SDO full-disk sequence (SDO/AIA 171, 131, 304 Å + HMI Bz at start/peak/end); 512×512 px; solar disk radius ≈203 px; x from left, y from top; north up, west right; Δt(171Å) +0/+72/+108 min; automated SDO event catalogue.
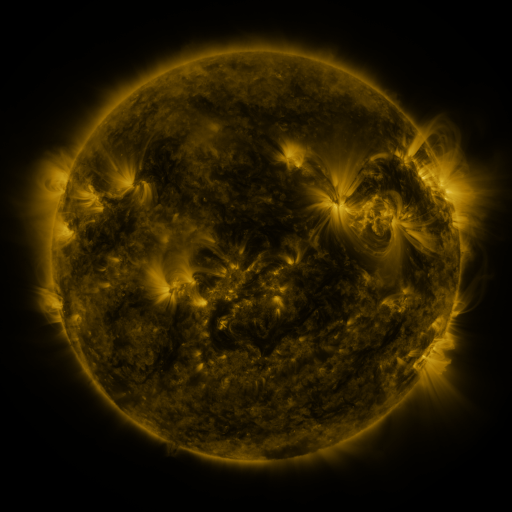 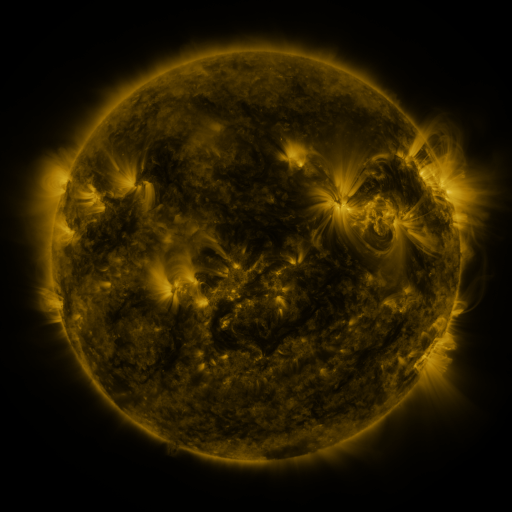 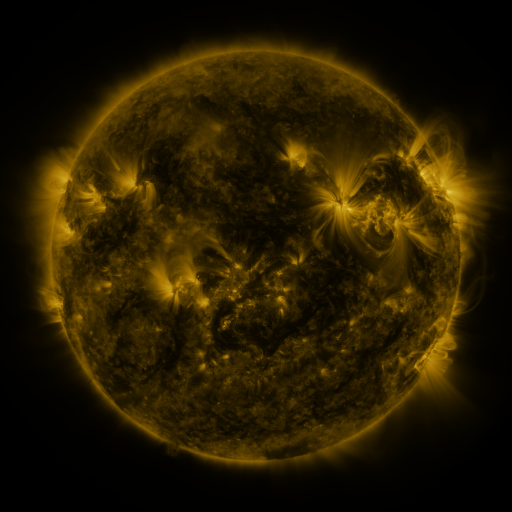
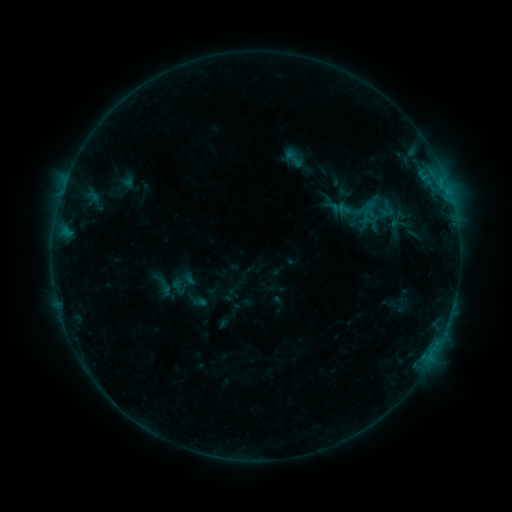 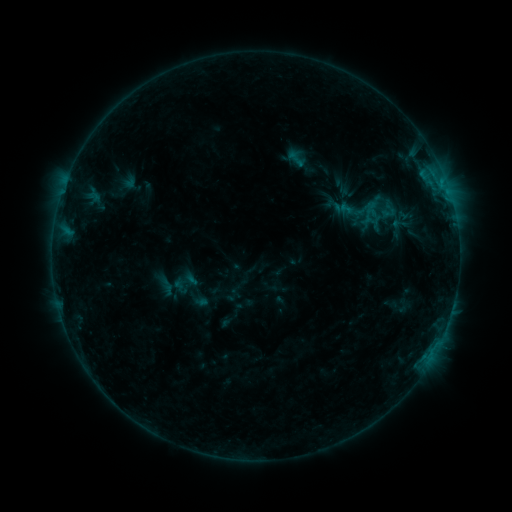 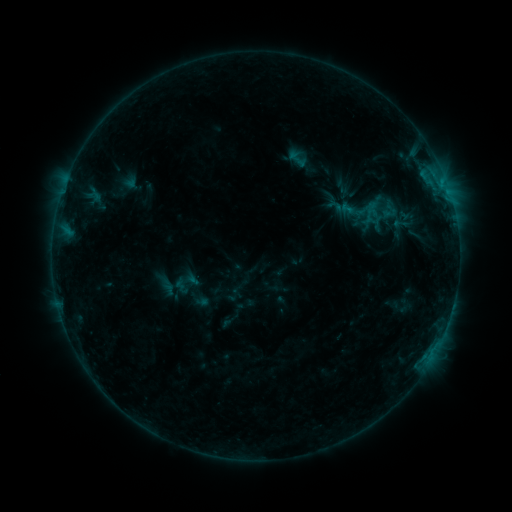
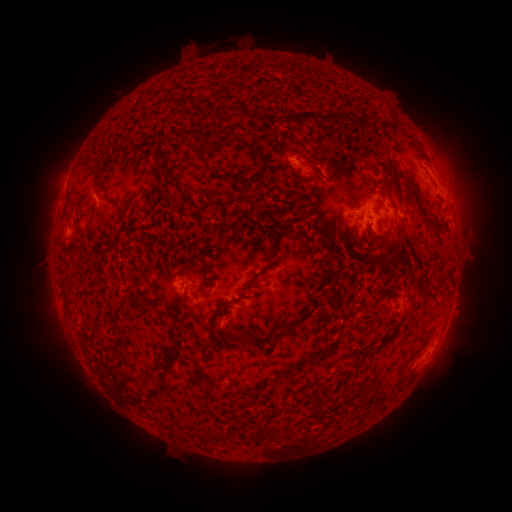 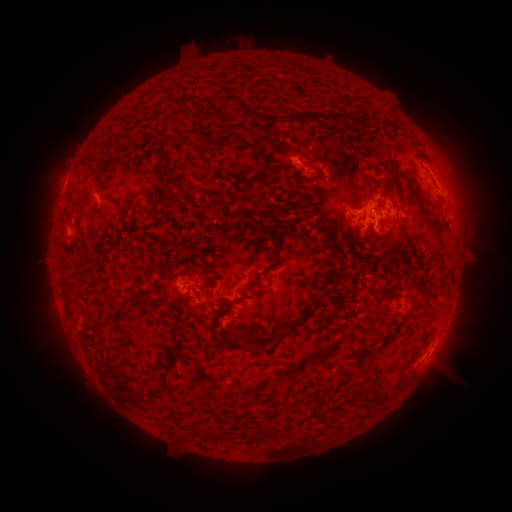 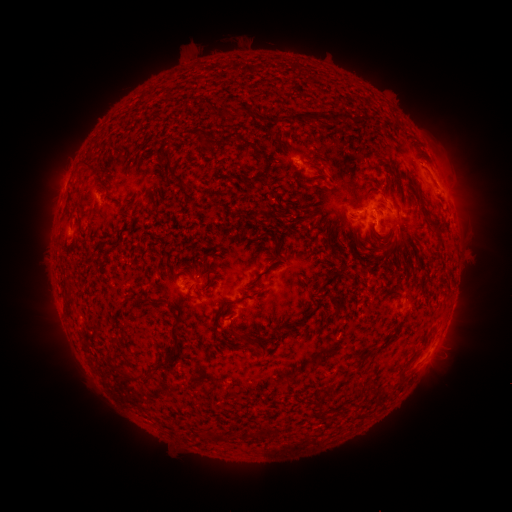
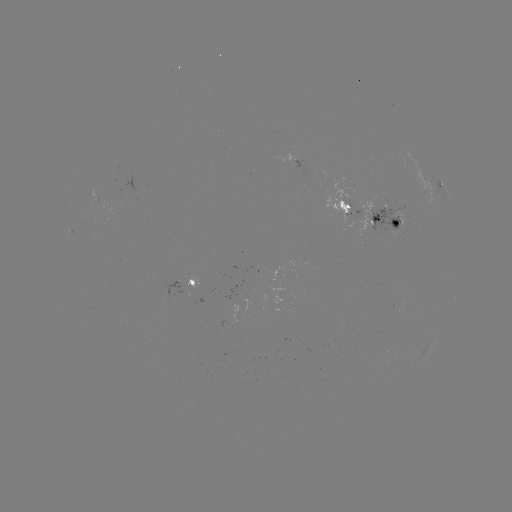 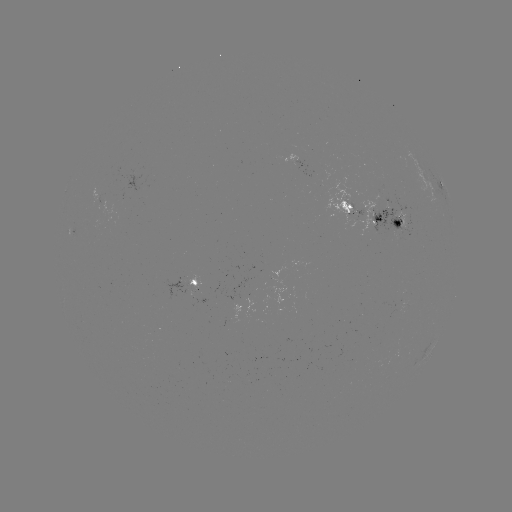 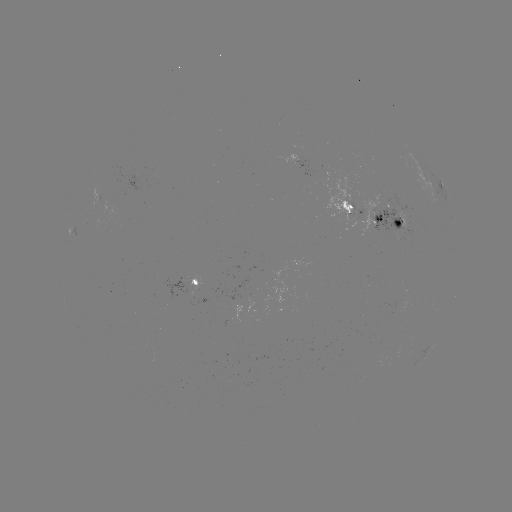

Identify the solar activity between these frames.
emerging-flux region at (393, 228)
